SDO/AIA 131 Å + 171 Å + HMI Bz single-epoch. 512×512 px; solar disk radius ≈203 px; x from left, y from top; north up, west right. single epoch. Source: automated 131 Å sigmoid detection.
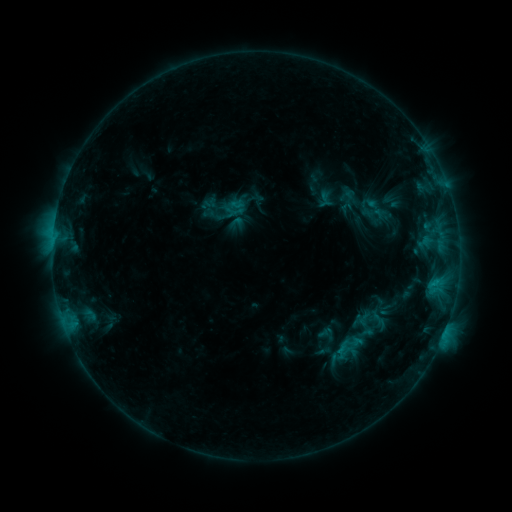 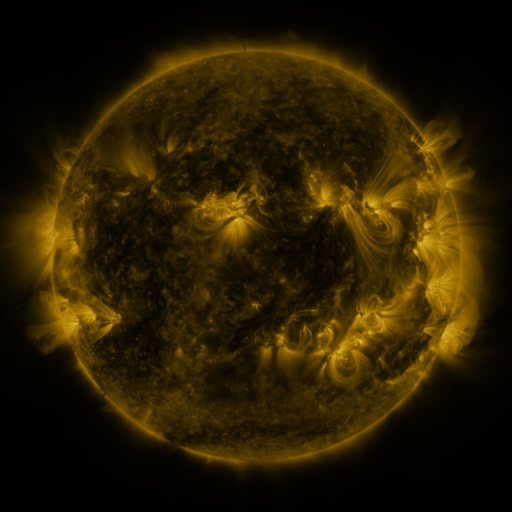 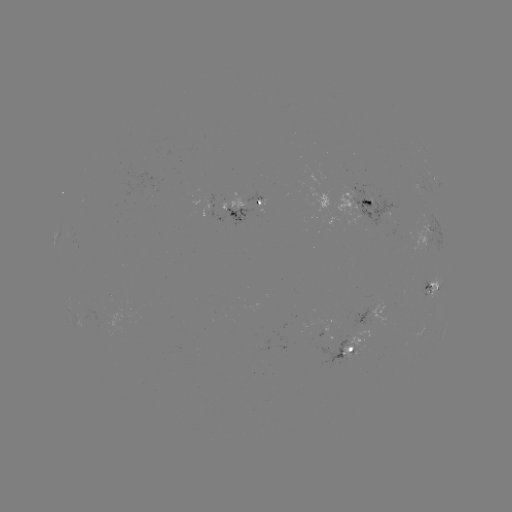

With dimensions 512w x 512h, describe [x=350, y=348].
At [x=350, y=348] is sigmoid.